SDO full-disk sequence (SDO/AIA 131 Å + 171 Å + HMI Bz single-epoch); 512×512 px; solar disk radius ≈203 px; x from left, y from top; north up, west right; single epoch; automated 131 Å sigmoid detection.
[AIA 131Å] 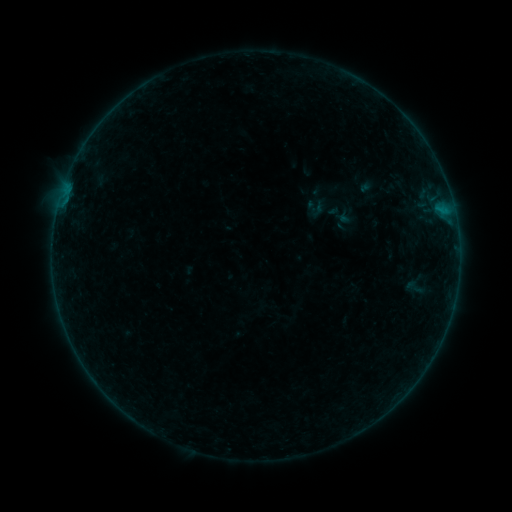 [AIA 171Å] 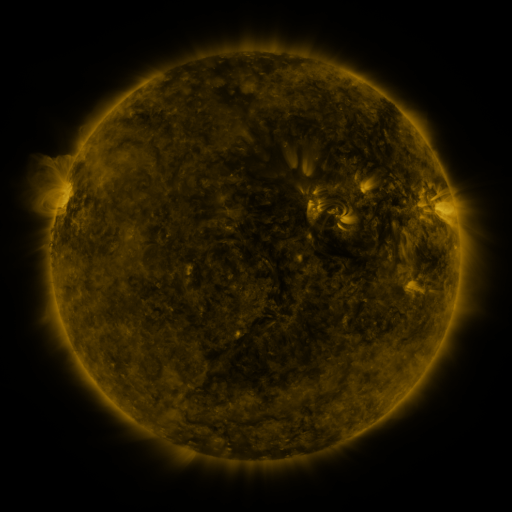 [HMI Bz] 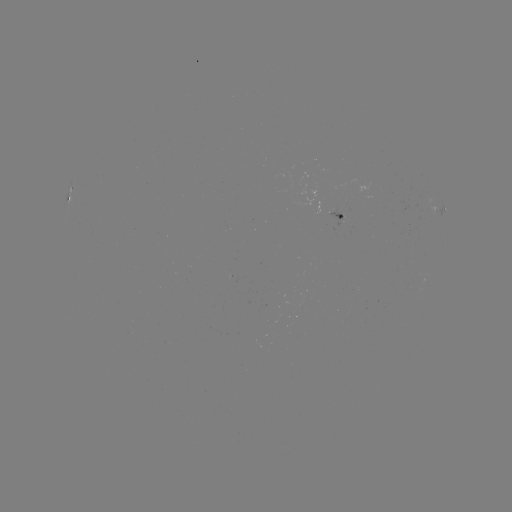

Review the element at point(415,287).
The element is sigmoid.